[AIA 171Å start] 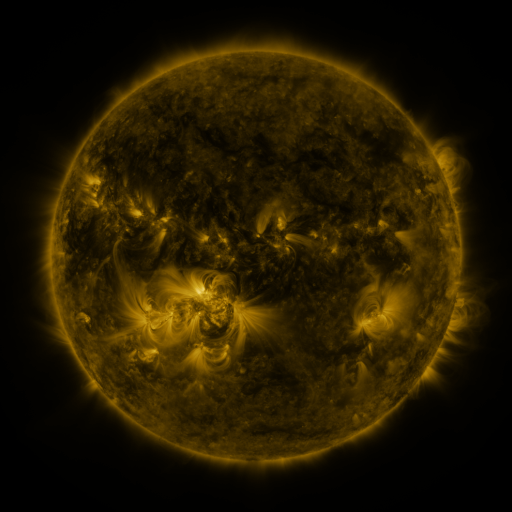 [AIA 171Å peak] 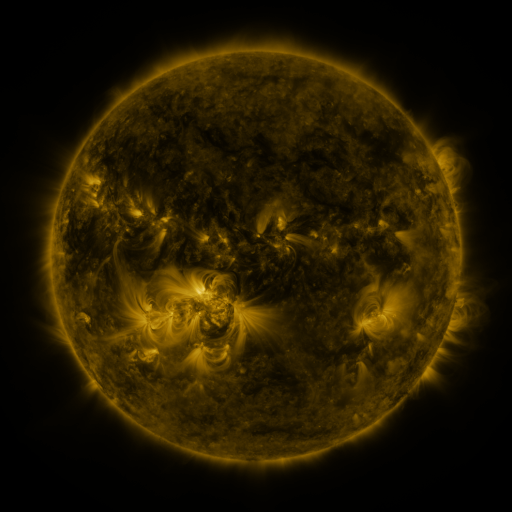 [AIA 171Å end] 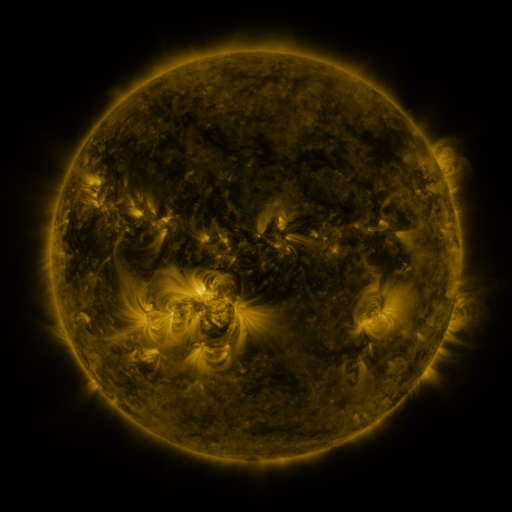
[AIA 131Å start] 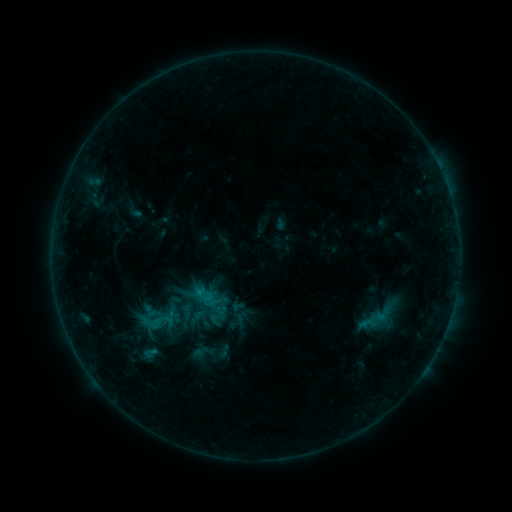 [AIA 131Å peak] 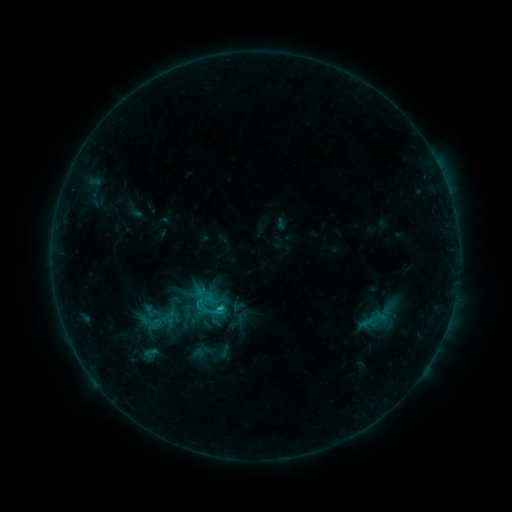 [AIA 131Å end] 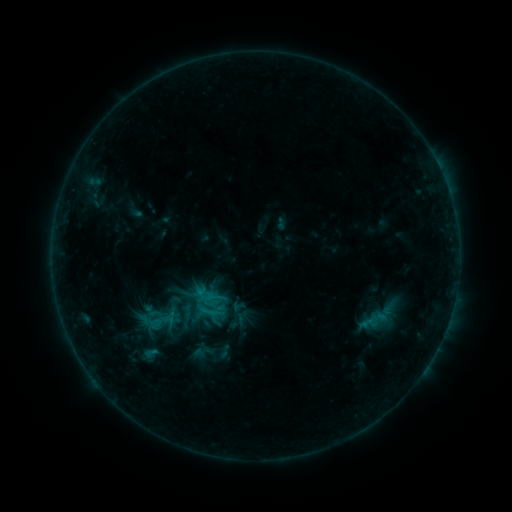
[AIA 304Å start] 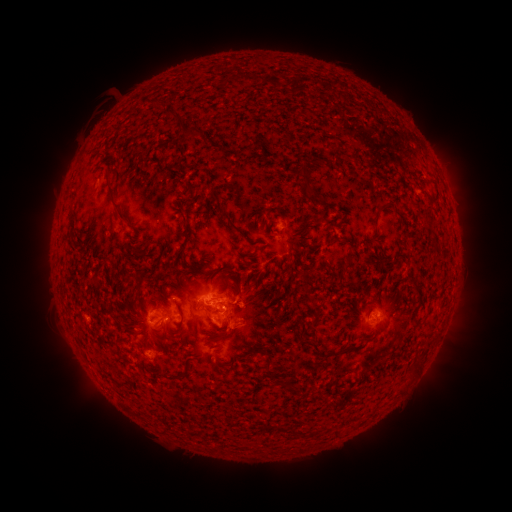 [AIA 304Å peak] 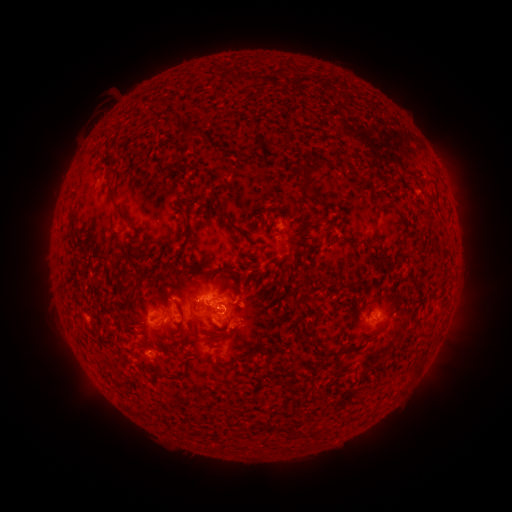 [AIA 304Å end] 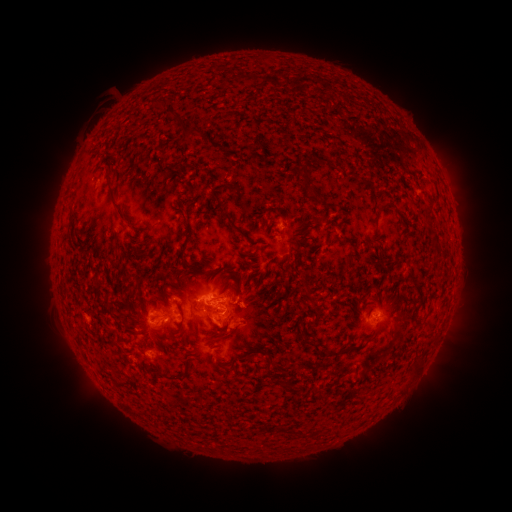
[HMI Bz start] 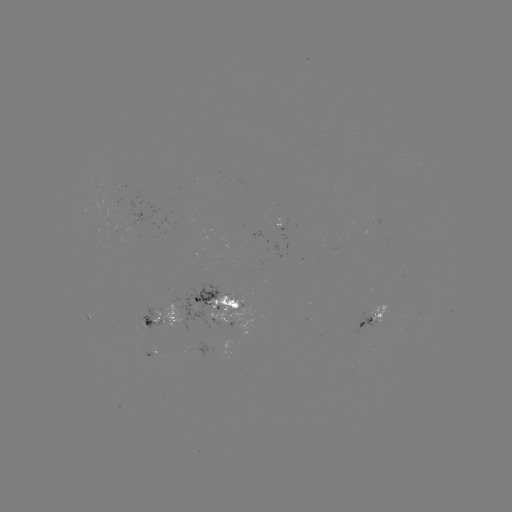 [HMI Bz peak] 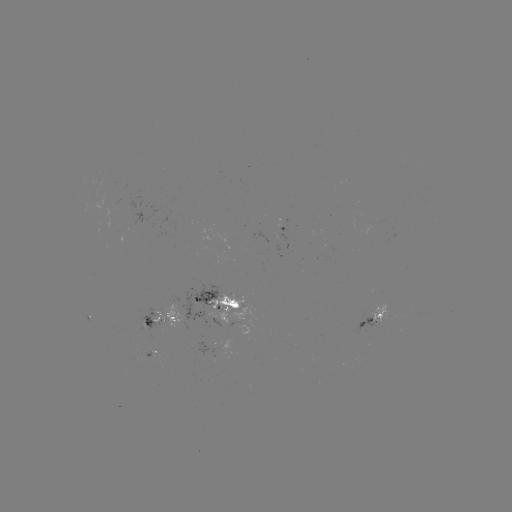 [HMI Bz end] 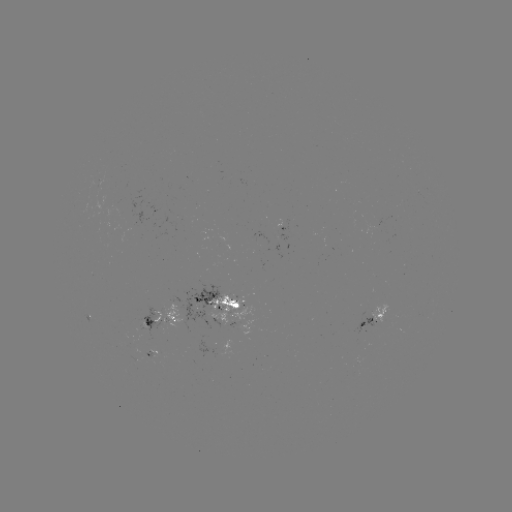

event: flare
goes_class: C1.2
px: (221, 307)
